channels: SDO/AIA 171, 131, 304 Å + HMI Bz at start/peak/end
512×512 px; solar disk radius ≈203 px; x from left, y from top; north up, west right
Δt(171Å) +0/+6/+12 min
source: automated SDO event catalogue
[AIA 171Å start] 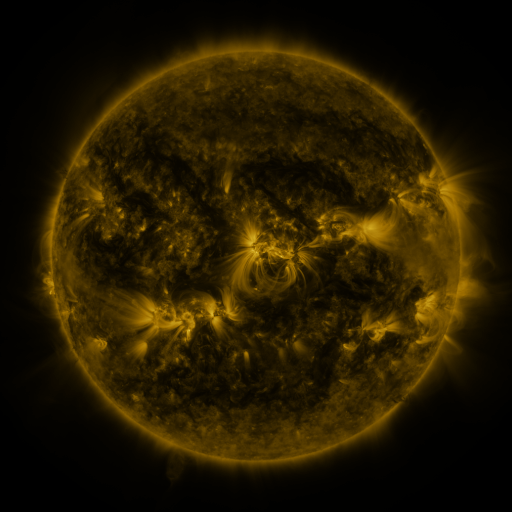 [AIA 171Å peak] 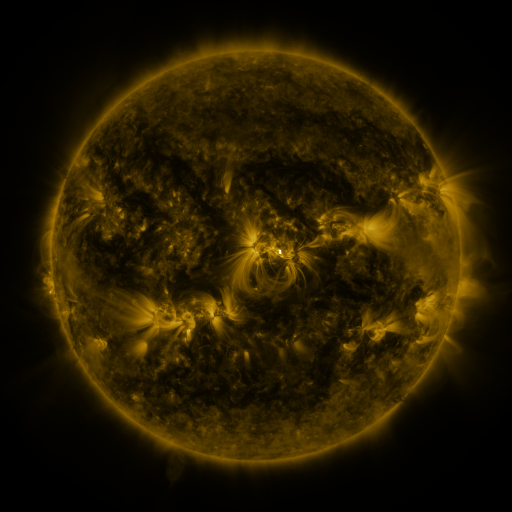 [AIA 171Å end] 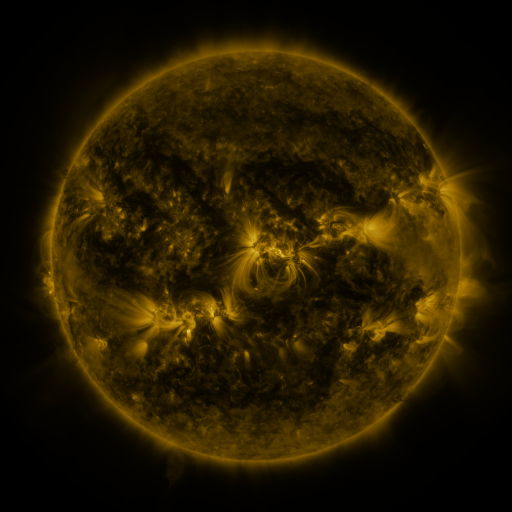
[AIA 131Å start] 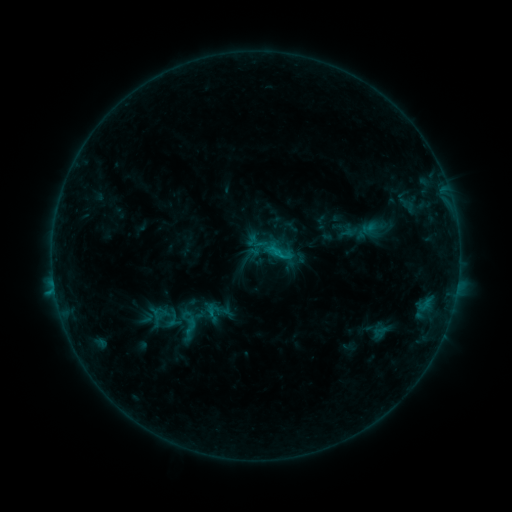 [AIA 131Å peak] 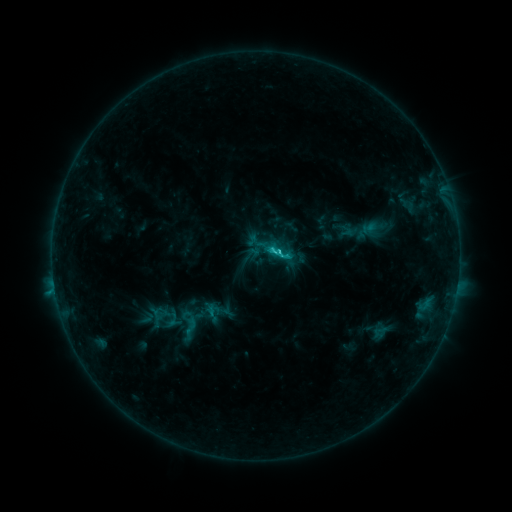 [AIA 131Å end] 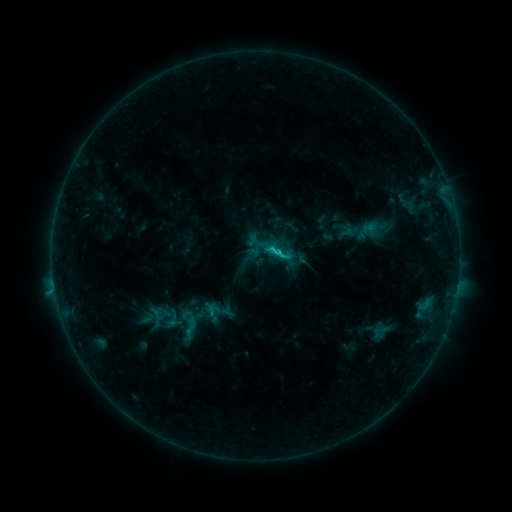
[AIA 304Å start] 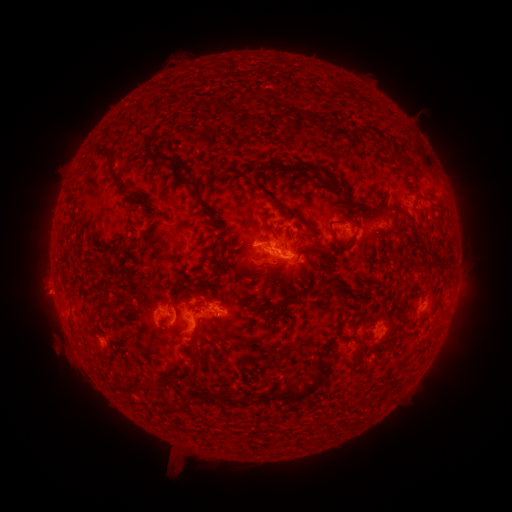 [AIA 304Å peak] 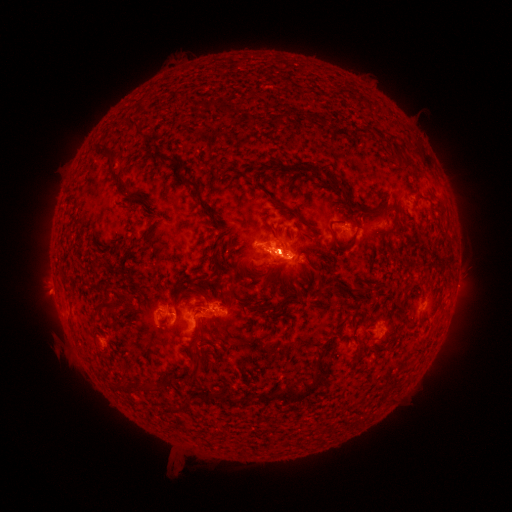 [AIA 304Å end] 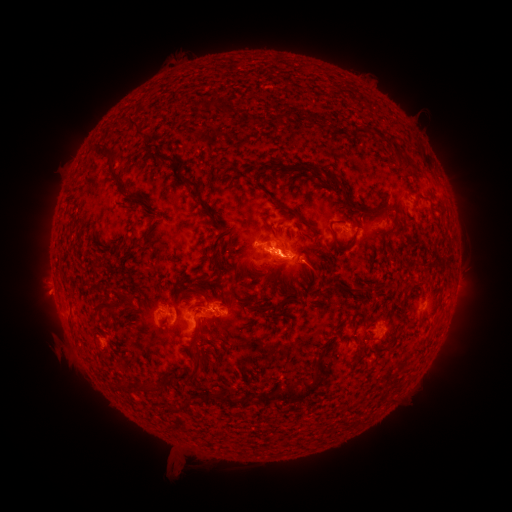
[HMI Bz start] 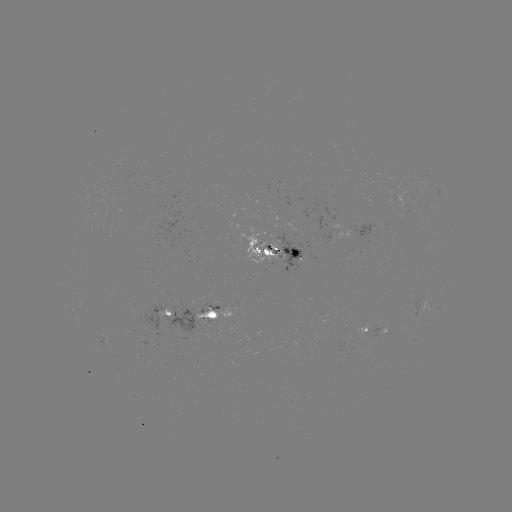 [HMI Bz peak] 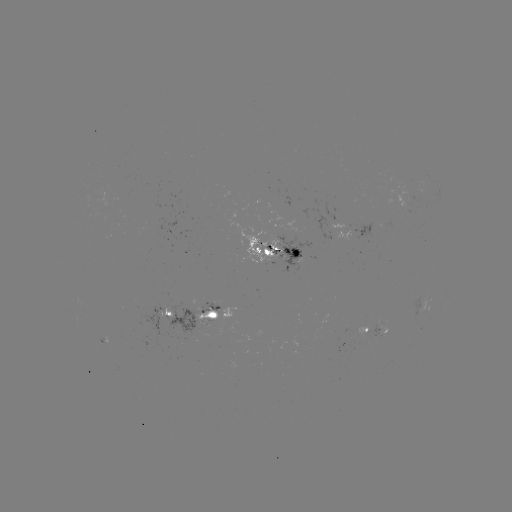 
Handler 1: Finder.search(C2.2 flare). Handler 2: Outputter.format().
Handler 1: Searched C2.2 flare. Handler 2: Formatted (273, 252).